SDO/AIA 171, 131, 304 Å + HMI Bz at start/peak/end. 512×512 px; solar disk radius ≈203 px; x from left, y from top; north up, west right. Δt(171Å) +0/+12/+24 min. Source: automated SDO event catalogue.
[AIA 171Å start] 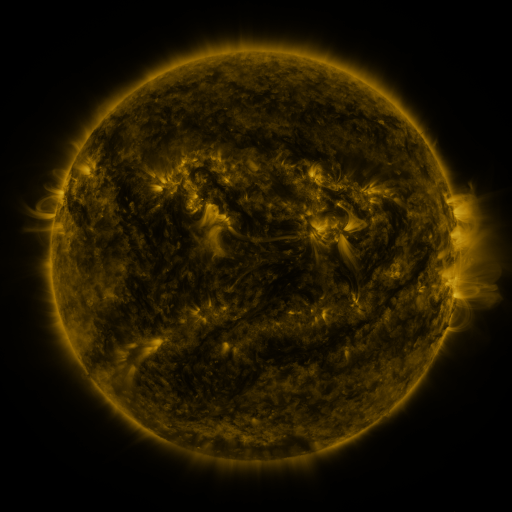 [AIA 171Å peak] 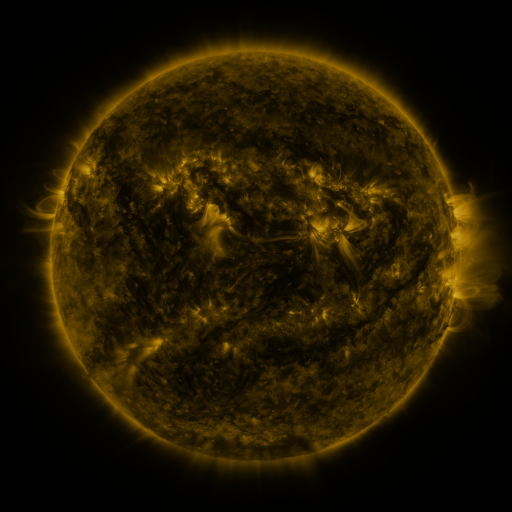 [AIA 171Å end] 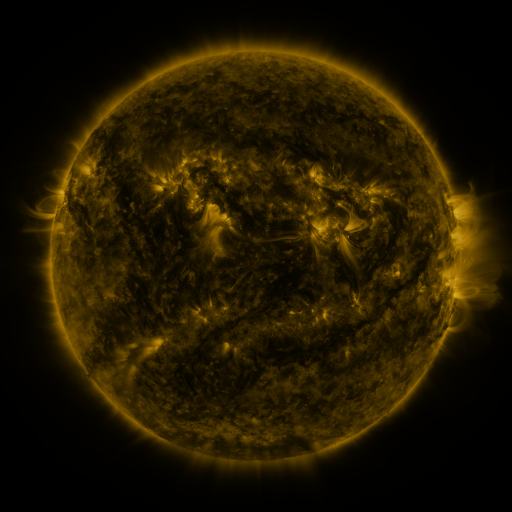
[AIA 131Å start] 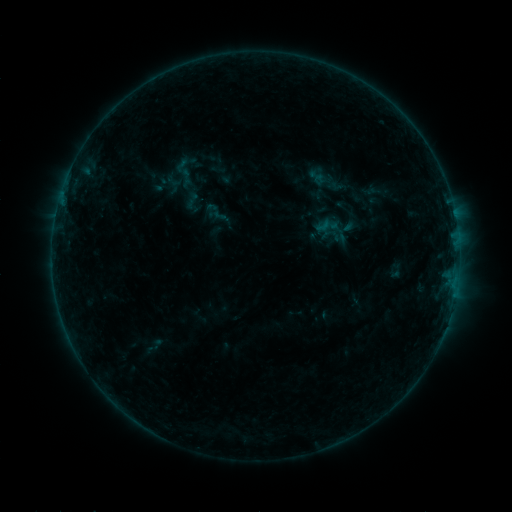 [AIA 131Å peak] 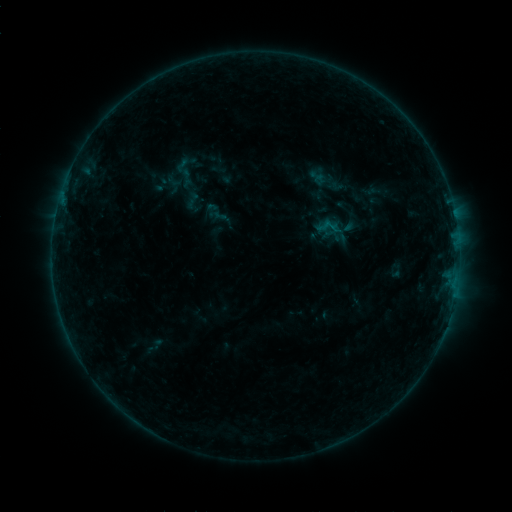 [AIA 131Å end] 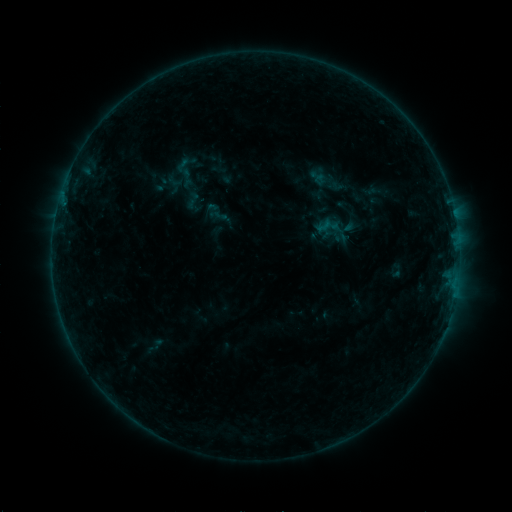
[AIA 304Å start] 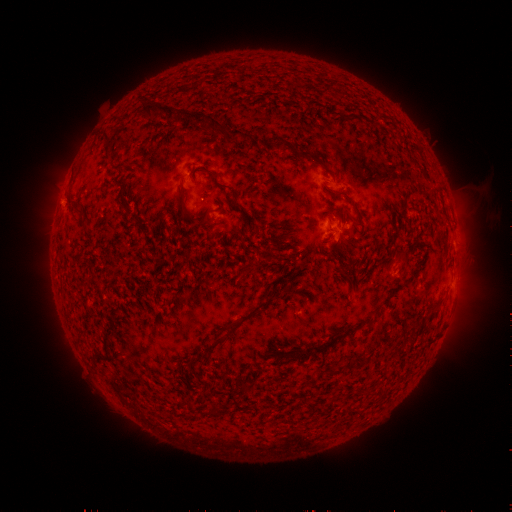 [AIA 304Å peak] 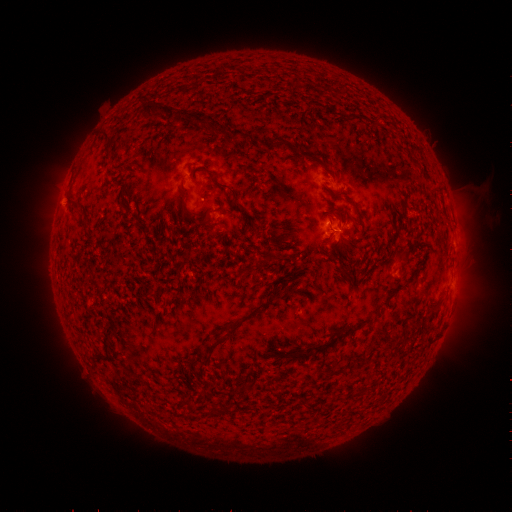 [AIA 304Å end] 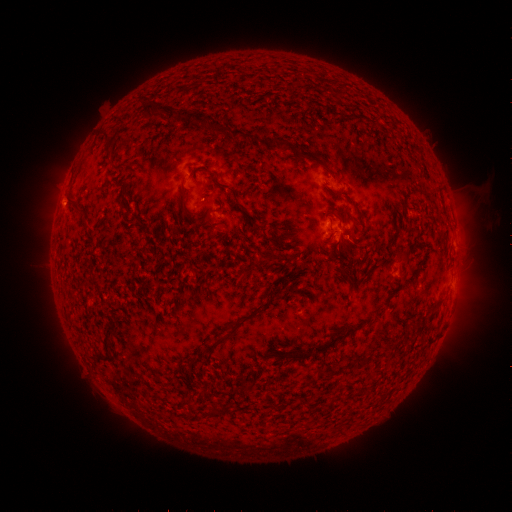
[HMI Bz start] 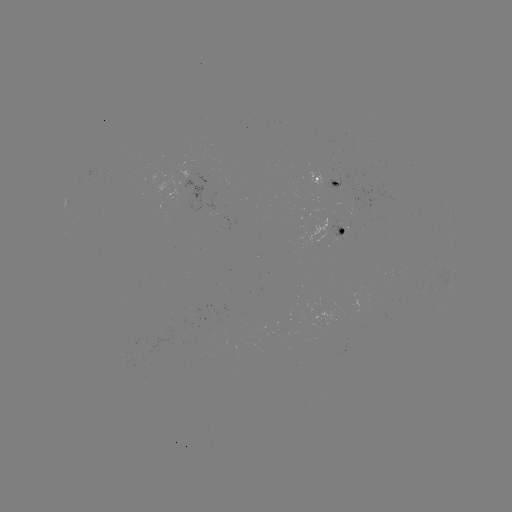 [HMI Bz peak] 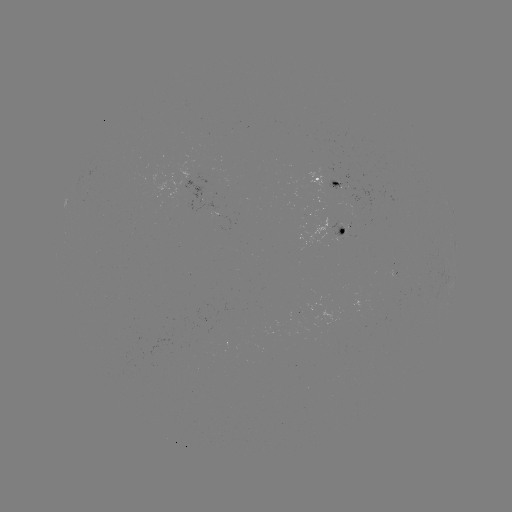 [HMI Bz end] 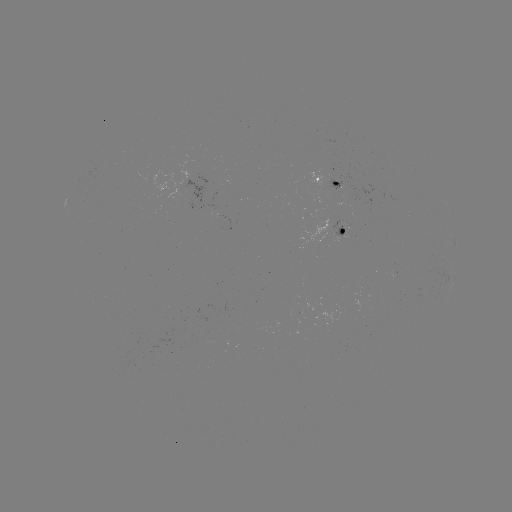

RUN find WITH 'B2.5 flare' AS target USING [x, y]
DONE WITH [332, 230] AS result